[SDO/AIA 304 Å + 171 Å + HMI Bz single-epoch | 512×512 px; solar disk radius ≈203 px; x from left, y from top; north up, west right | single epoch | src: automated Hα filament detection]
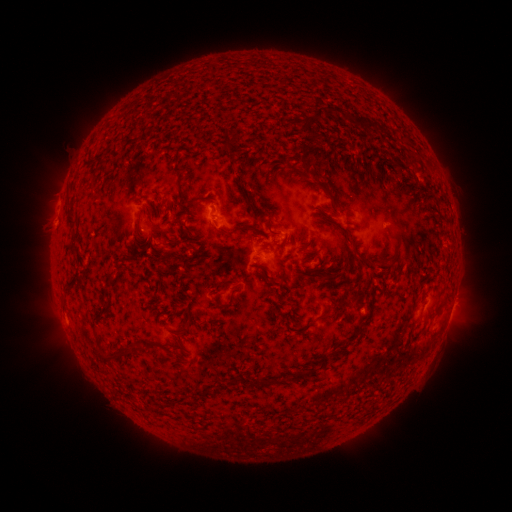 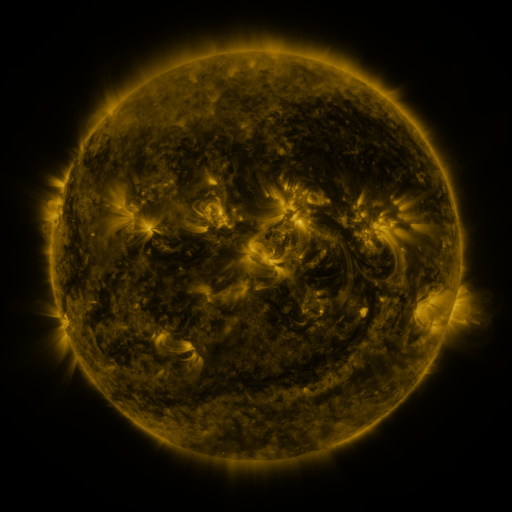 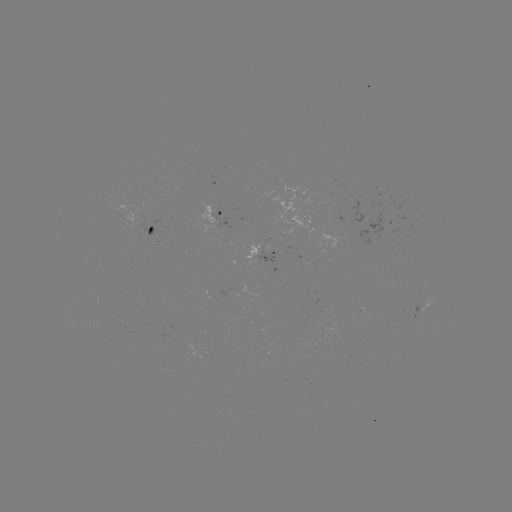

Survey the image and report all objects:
filament: (322, 114)
filament: (309, 131)
filament: (406, 141)
filament: (225, 146)
filament: (415, 156)
filament: (180, 175)
filament: (324, 193)
filament: (247, 203)
filament: (69, 220)
filament: (238, 229)
filament: (269, 229)
filament: (289, 236)
filament: (305, 245)
filament: (147, 248)
filament: (198, 253)
filament: (360, 256)
filament: (111, 281)
filament: (160, 289)
filament: (235, 290)
filament: (355, 298)
filament: (320, 316)
filament: (189, 327)
filament: (121, 357)
filament: (325, 361)
filament: (298, 375)
filament: (273, 381)
filament: (256, 382)
